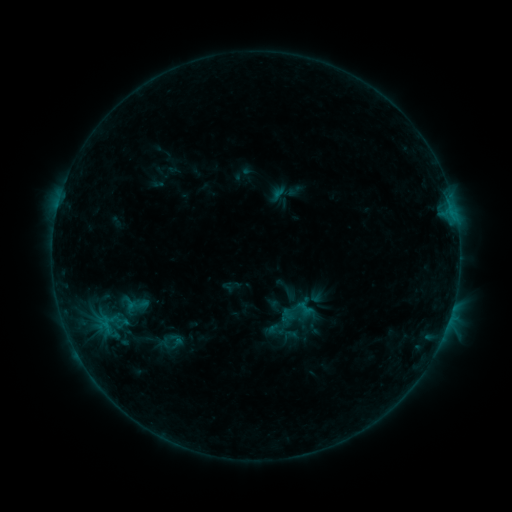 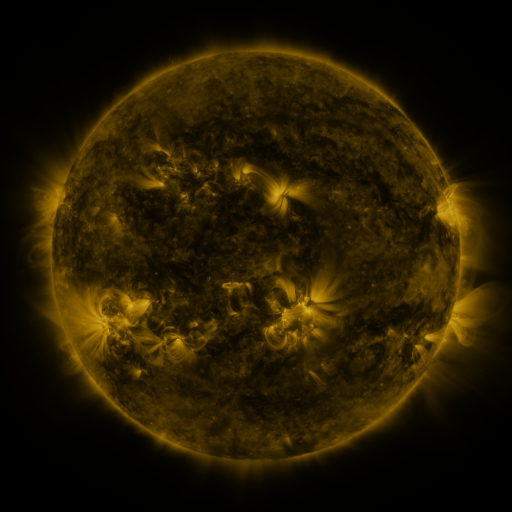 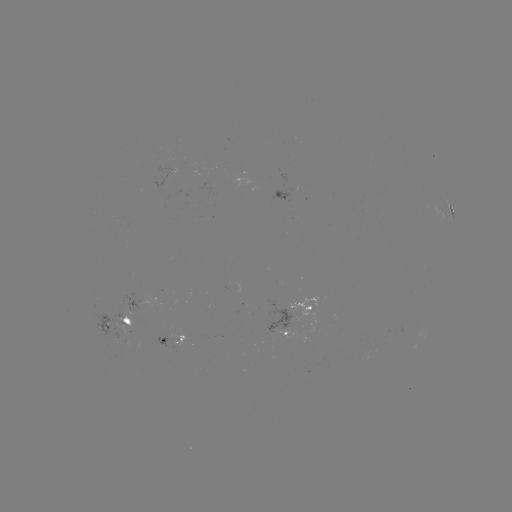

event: sigmoid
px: (168, 341)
